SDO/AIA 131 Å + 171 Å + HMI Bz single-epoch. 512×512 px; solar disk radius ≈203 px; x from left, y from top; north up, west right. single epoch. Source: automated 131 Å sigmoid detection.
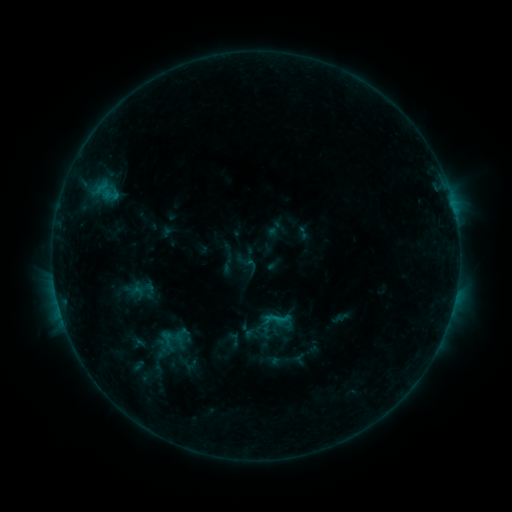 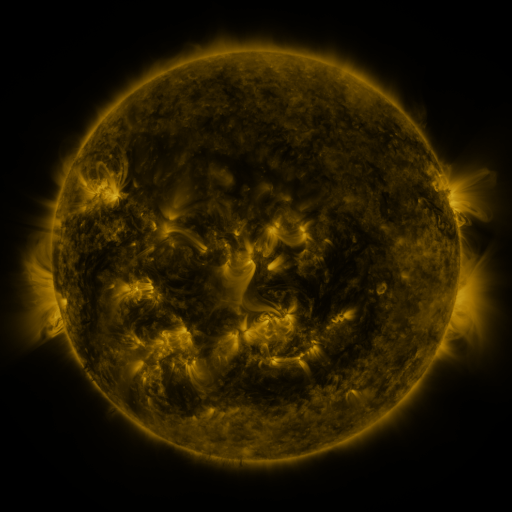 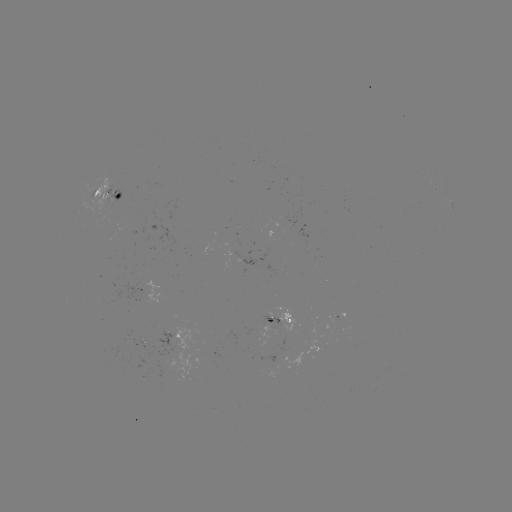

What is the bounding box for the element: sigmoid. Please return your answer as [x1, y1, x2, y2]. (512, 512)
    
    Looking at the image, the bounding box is [241, 255, 259, 274].